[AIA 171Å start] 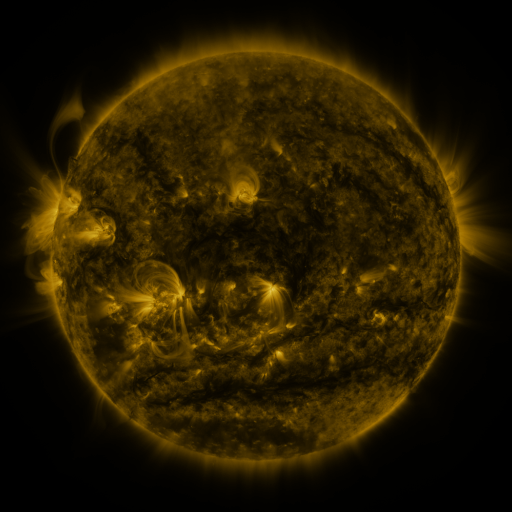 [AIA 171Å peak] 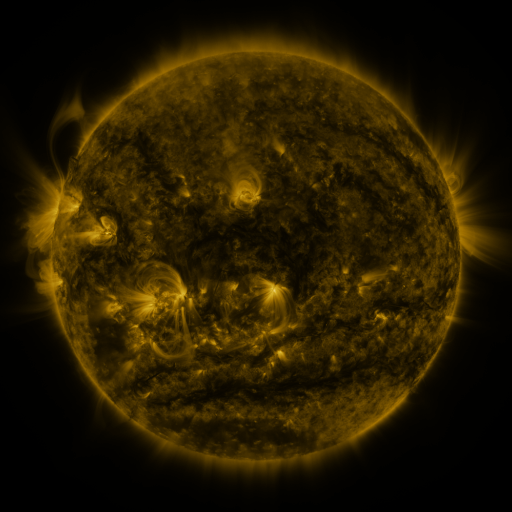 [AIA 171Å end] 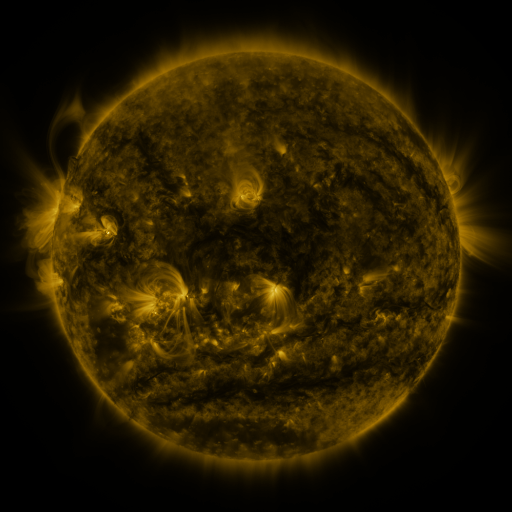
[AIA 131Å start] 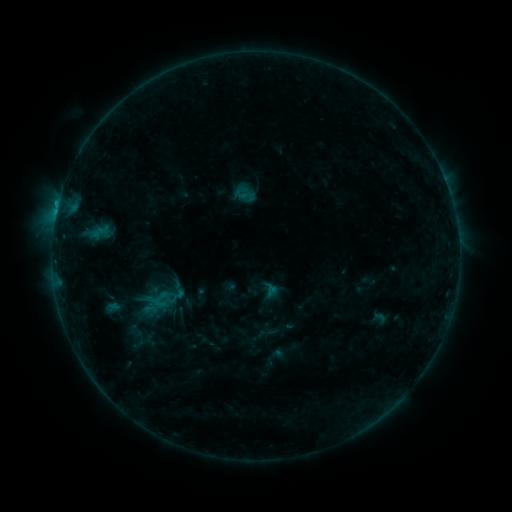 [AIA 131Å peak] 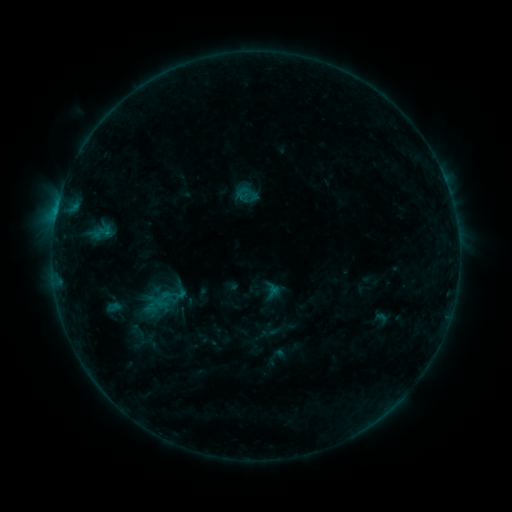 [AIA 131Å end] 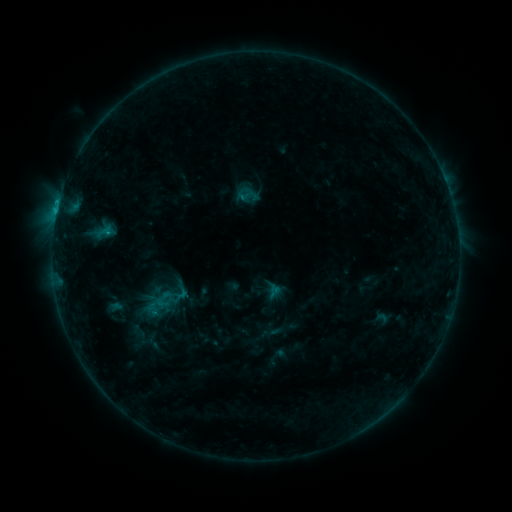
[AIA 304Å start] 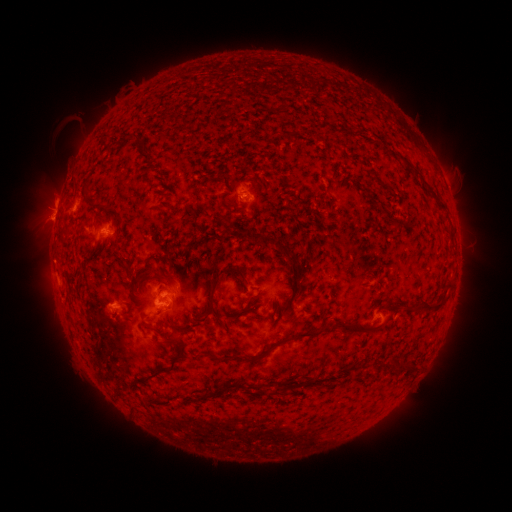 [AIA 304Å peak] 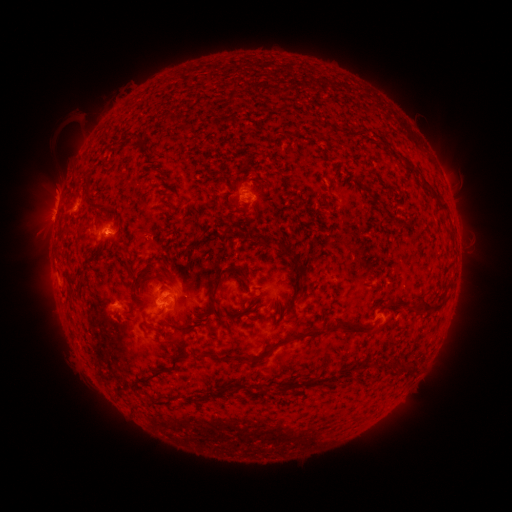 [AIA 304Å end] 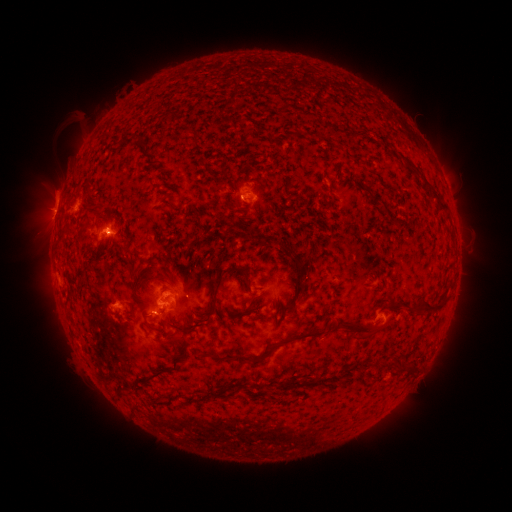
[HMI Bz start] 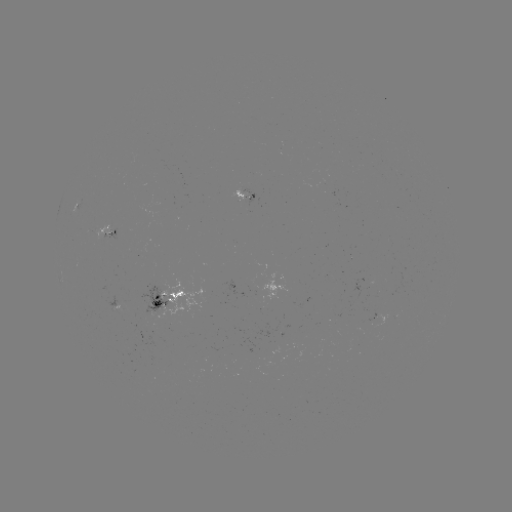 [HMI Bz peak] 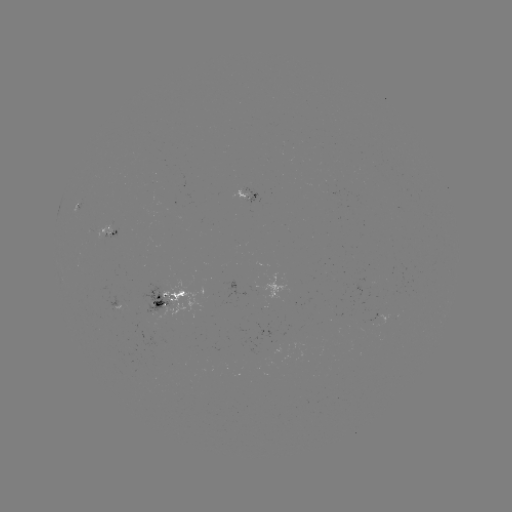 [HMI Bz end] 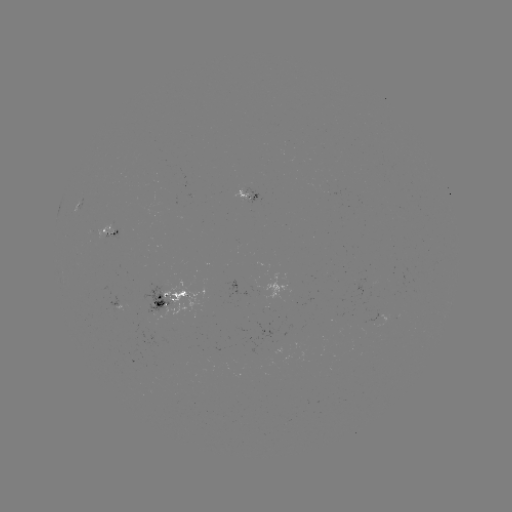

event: emerging-flux region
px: (243, 198)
